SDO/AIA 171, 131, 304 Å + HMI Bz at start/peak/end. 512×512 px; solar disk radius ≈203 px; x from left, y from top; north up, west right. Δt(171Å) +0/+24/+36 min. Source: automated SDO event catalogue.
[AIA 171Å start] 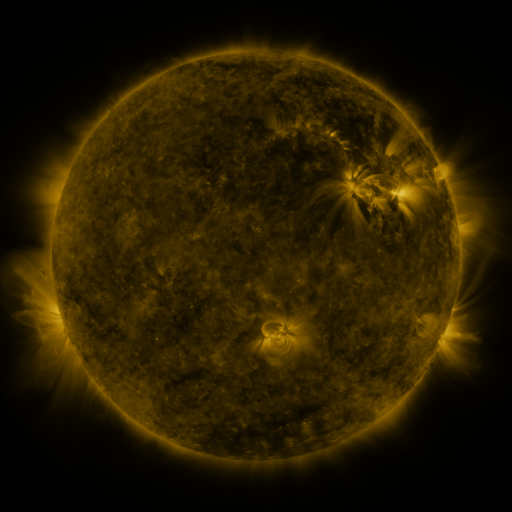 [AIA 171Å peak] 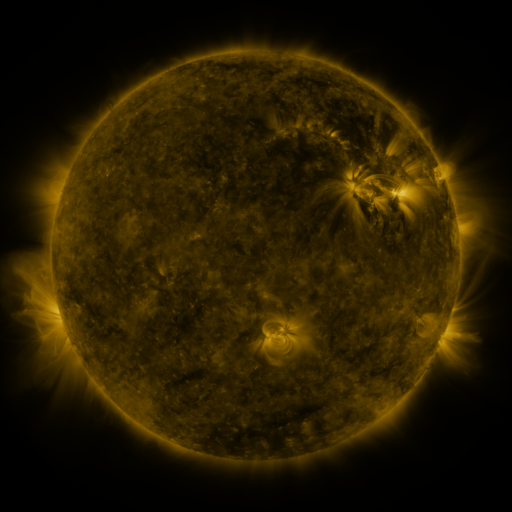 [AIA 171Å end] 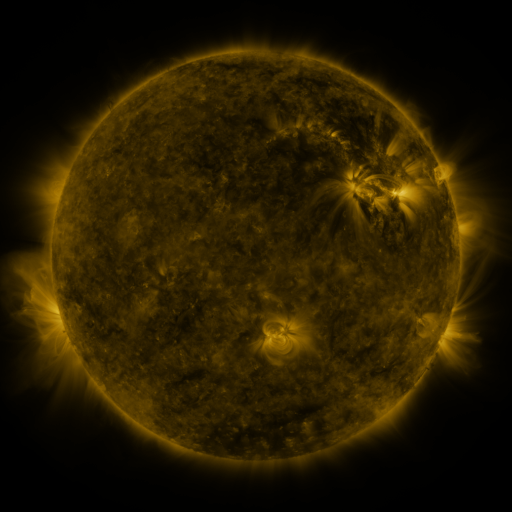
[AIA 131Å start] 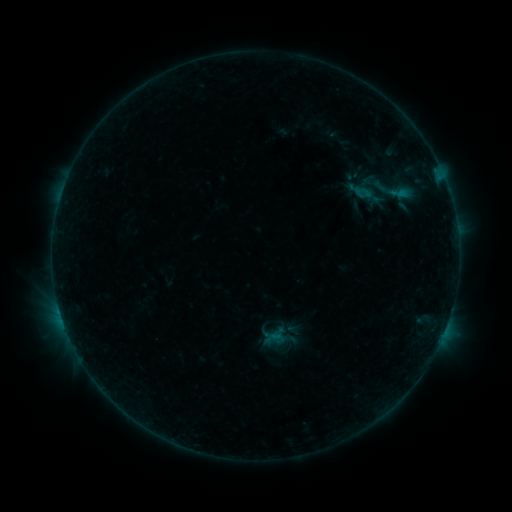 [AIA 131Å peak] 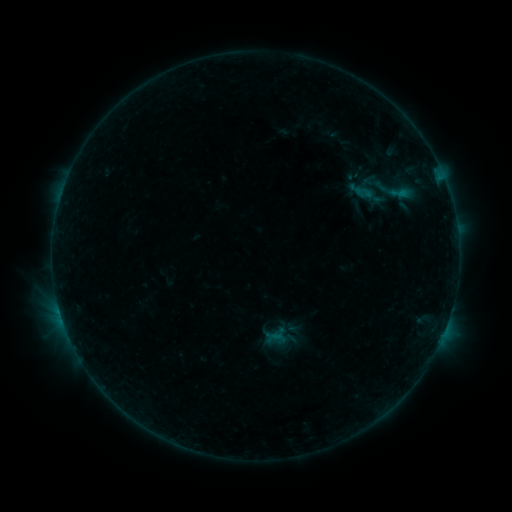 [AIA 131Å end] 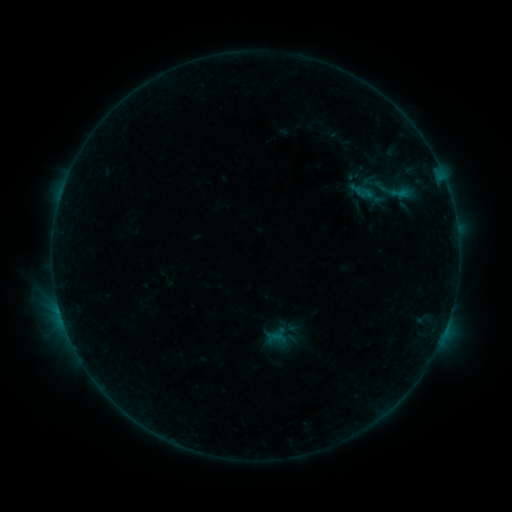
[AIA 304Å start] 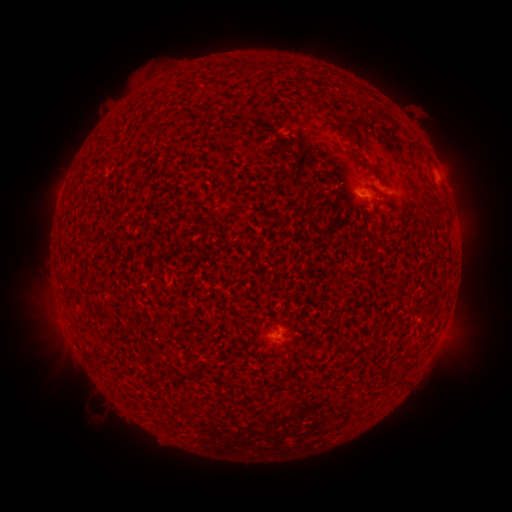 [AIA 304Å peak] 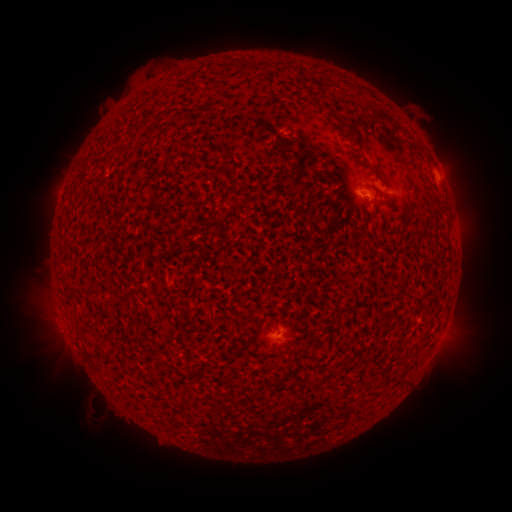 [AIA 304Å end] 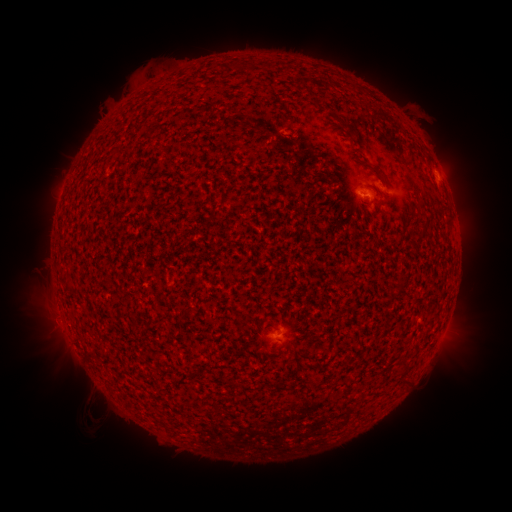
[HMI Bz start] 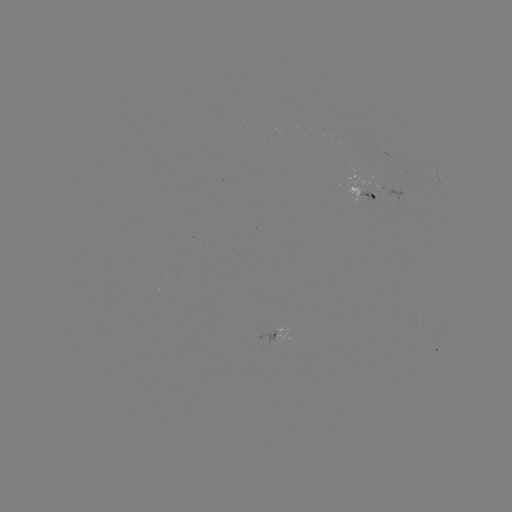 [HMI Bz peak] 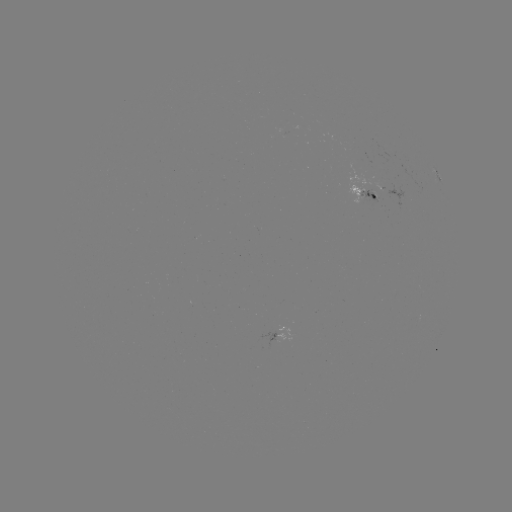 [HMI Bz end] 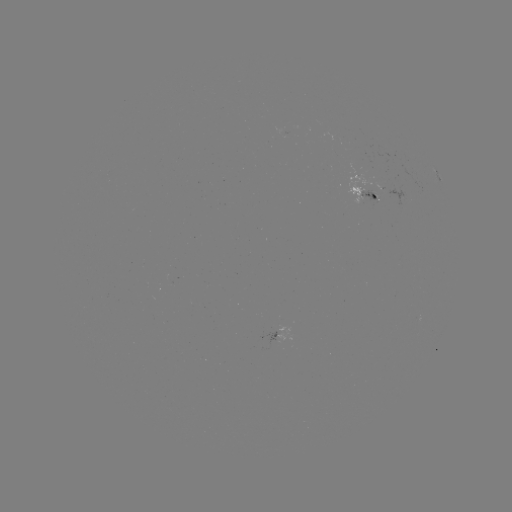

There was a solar emerging-flux region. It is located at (365, 197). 